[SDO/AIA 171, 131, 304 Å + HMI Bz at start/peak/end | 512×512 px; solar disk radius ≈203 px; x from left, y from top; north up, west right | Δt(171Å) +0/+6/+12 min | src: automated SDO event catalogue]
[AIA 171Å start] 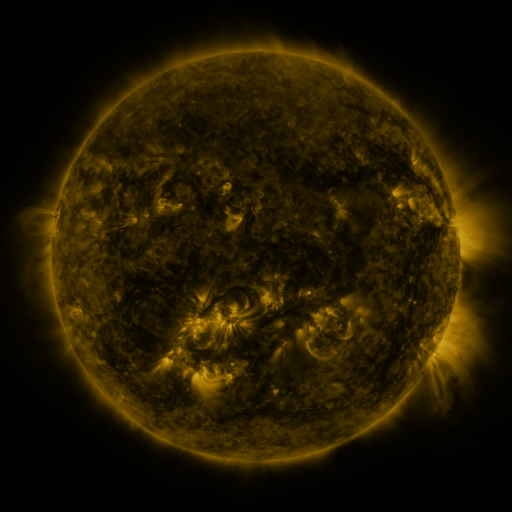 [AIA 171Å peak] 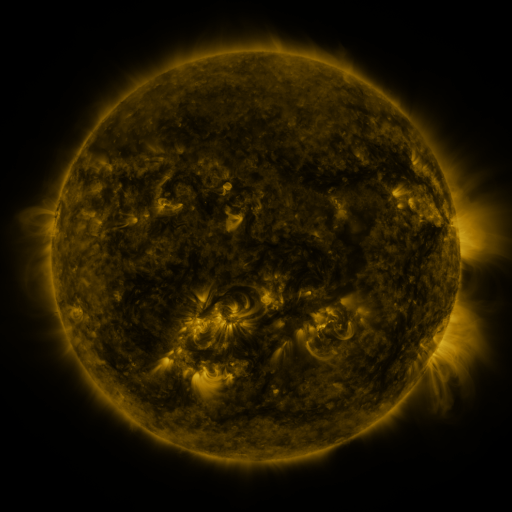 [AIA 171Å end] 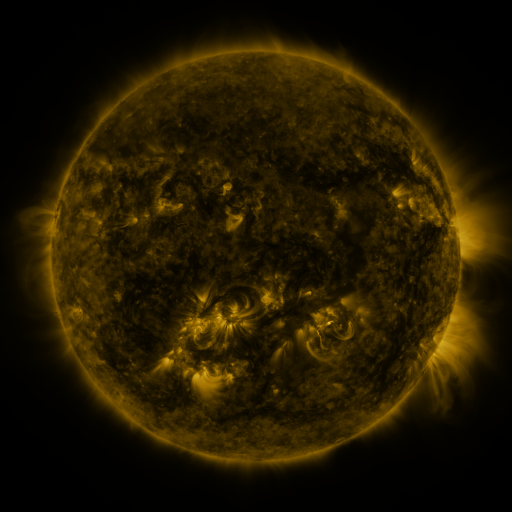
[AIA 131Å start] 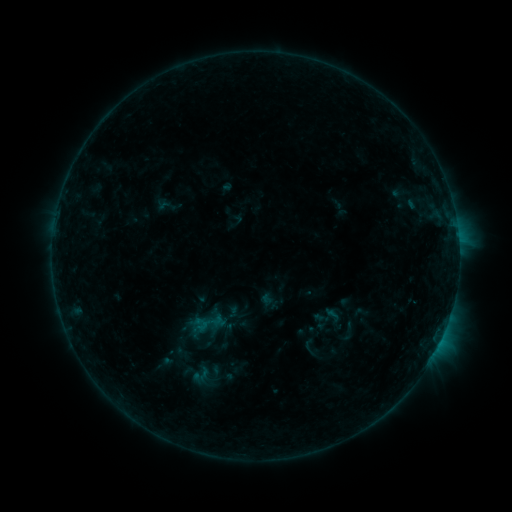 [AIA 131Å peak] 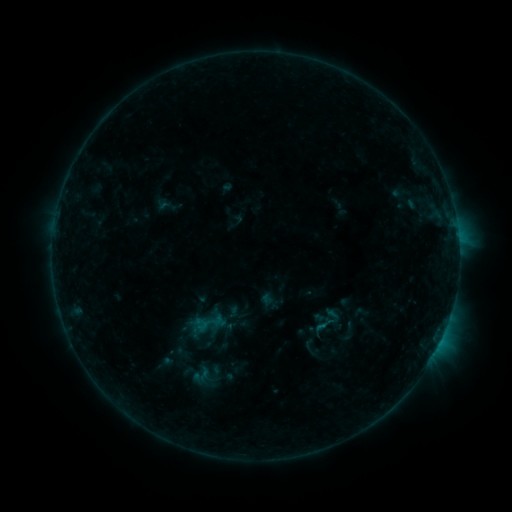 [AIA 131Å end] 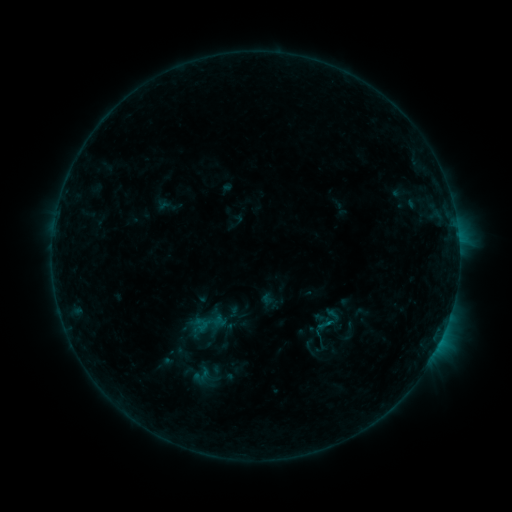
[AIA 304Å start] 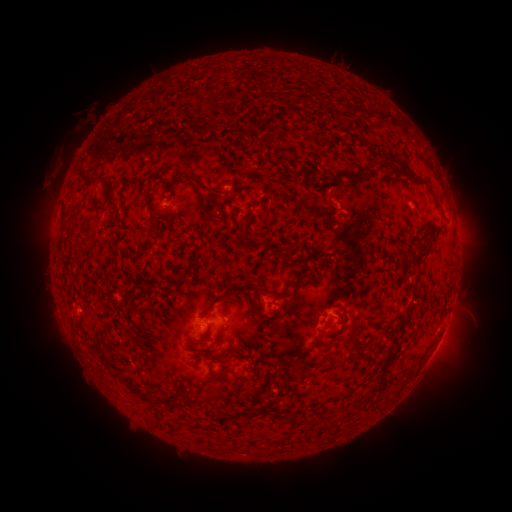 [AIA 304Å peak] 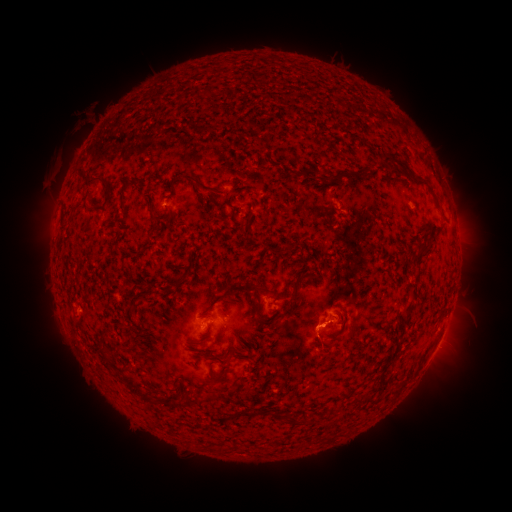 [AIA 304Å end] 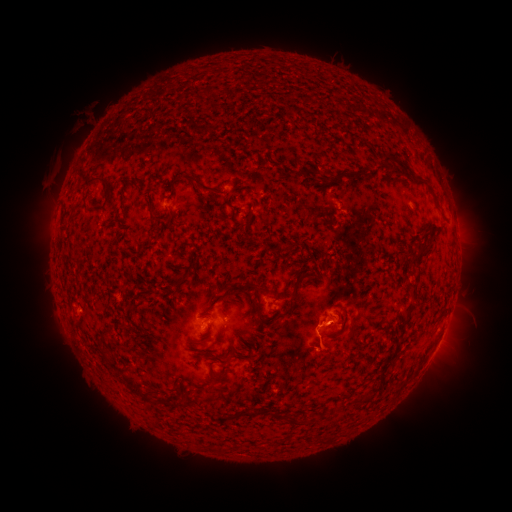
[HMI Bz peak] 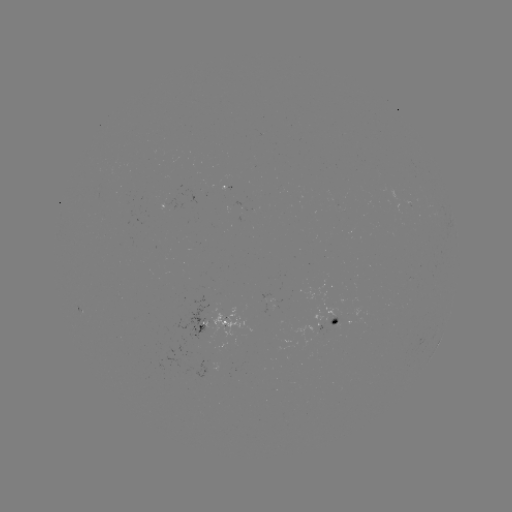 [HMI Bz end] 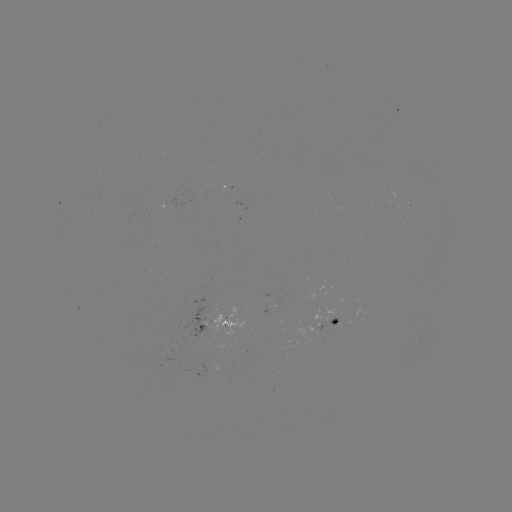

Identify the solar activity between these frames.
eruption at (326, 330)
